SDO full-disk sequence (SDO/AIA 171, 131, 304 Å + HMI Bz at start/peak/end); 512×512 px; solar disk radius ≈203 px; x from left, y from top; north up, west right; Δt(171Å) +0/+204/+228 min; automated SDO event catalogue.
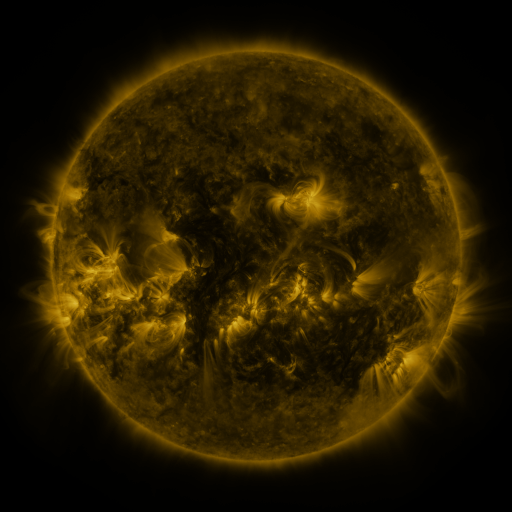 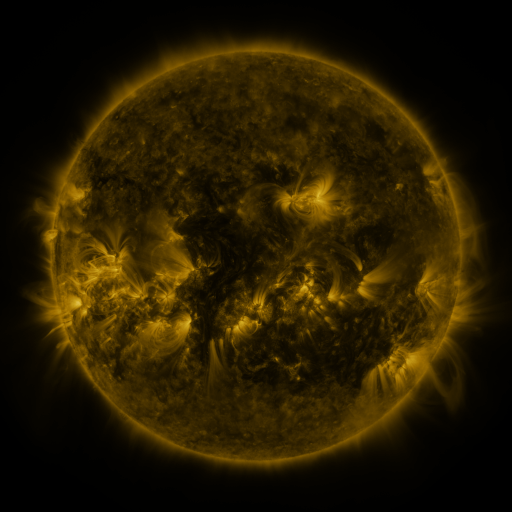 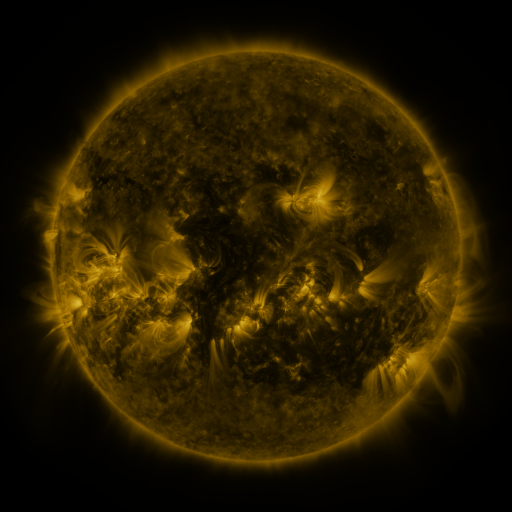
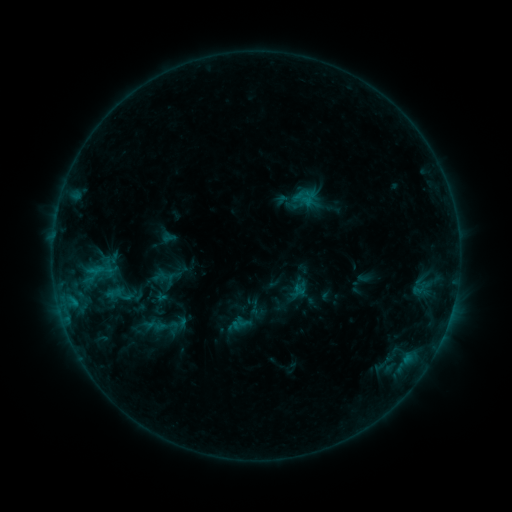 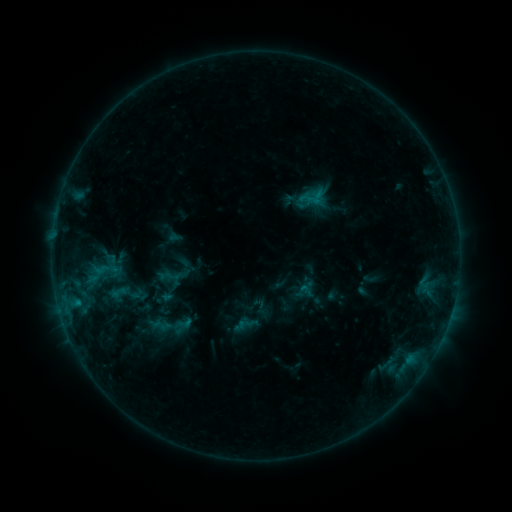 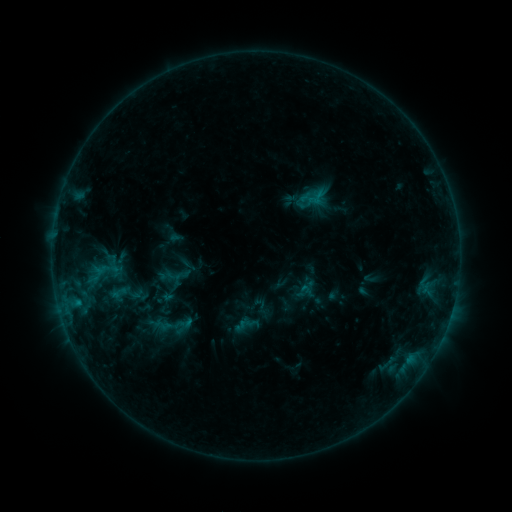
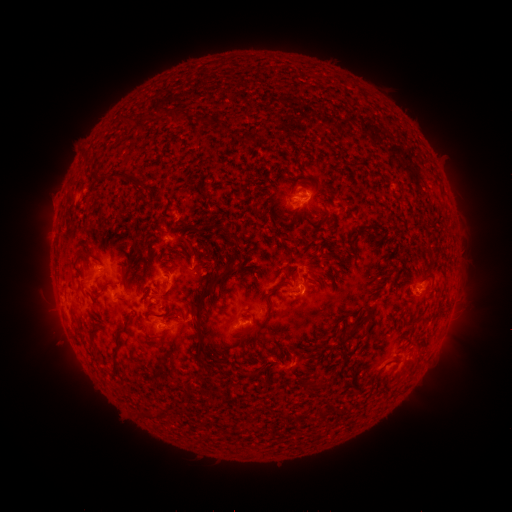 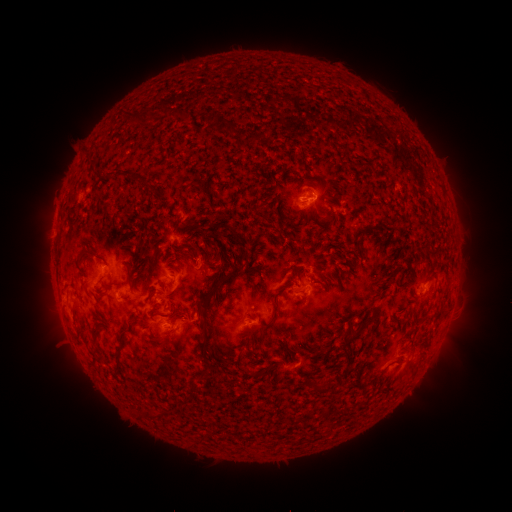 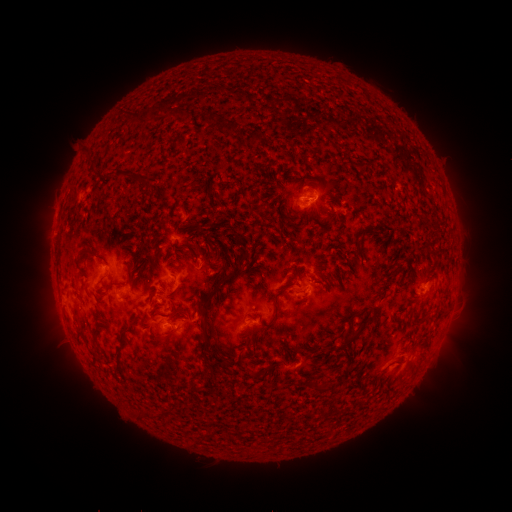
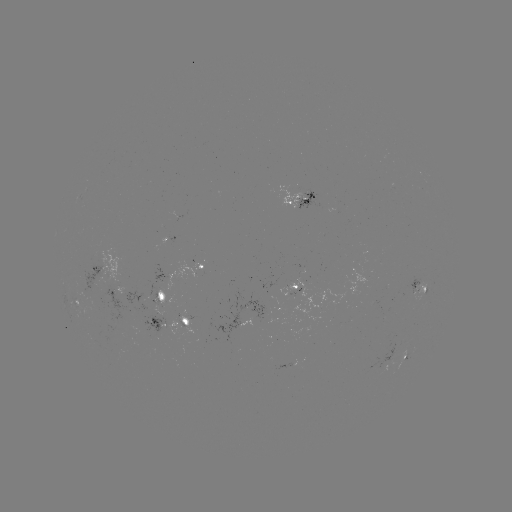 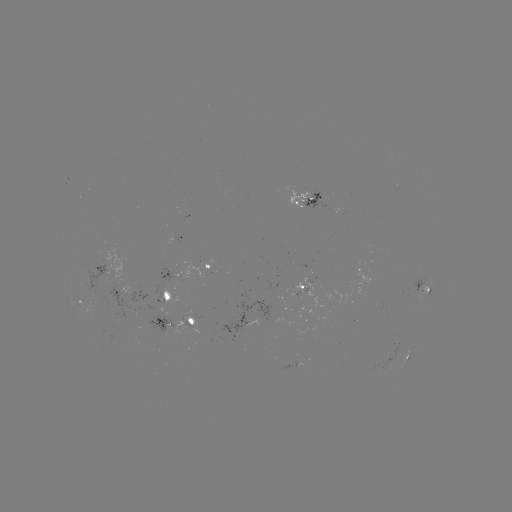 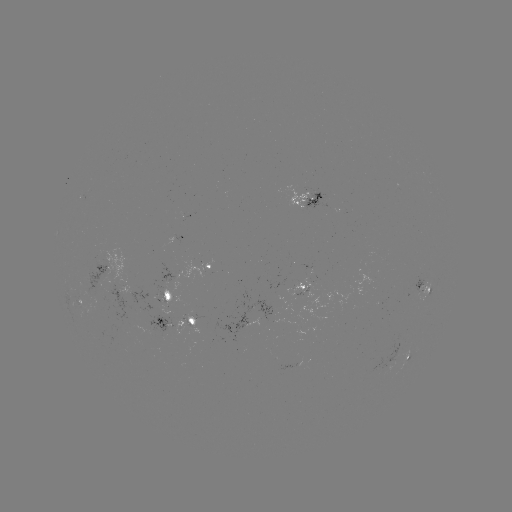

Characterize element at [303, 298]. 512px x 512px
emerging-flux region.